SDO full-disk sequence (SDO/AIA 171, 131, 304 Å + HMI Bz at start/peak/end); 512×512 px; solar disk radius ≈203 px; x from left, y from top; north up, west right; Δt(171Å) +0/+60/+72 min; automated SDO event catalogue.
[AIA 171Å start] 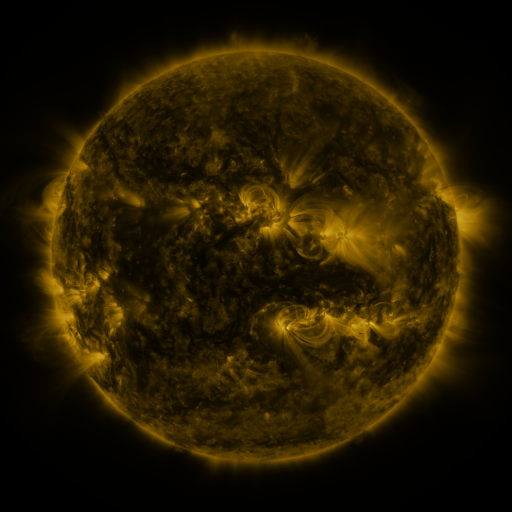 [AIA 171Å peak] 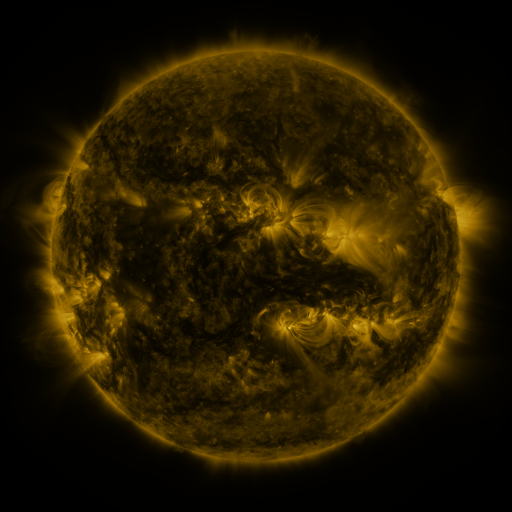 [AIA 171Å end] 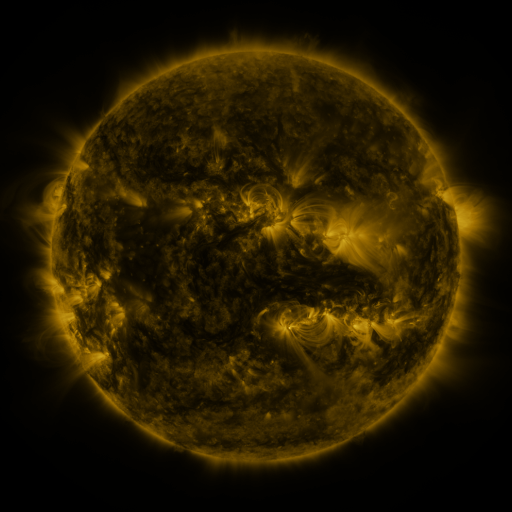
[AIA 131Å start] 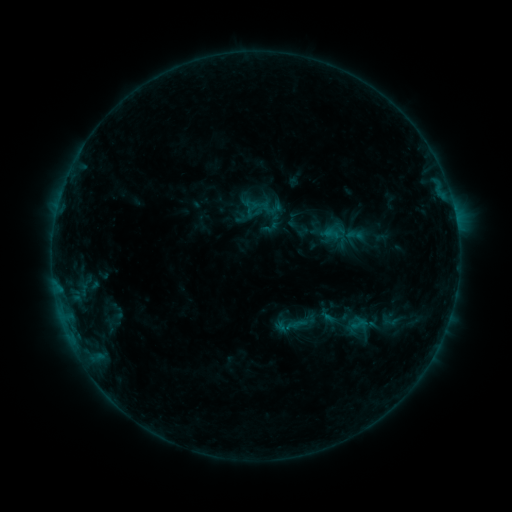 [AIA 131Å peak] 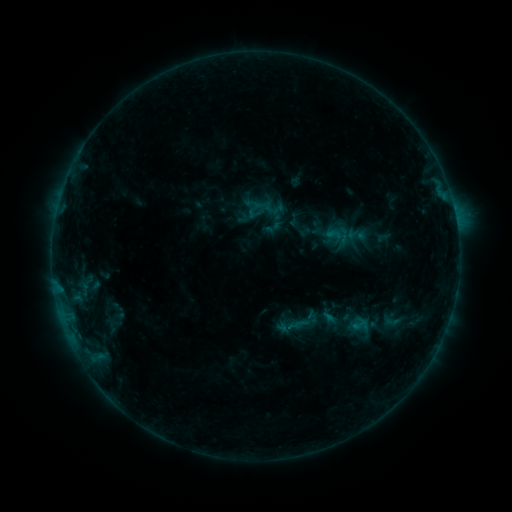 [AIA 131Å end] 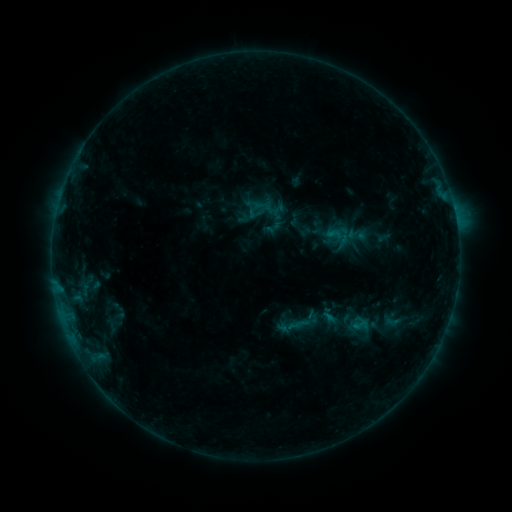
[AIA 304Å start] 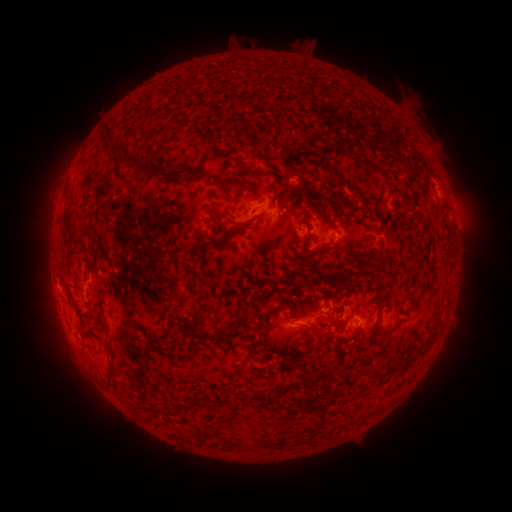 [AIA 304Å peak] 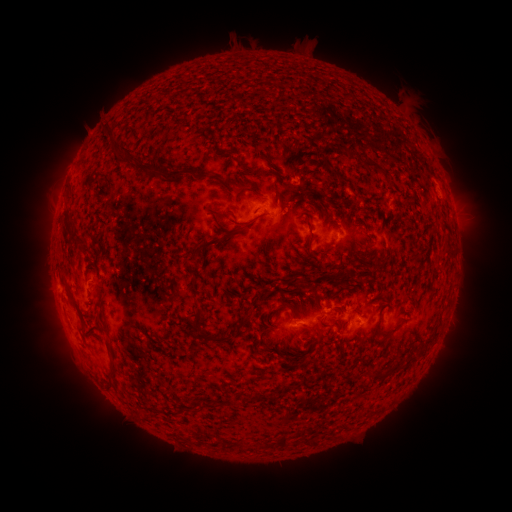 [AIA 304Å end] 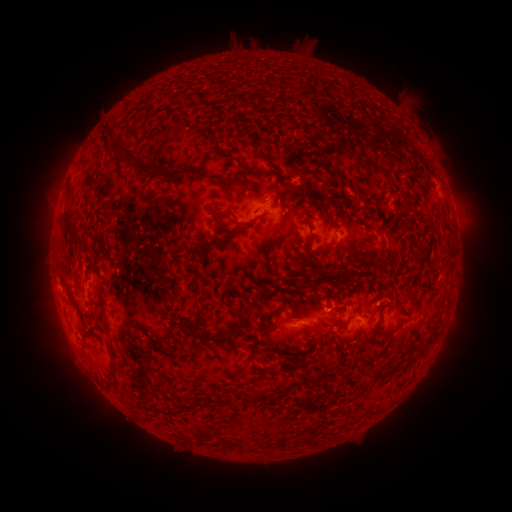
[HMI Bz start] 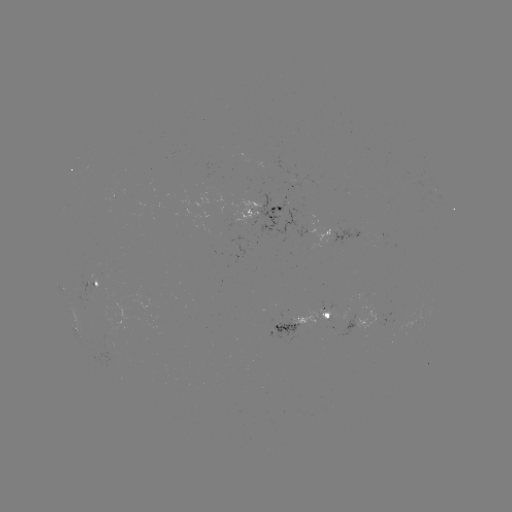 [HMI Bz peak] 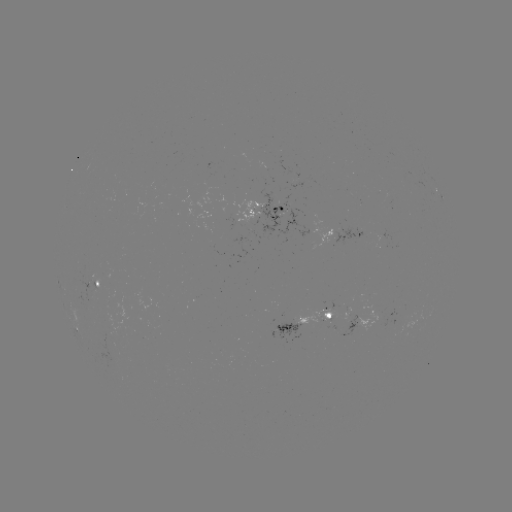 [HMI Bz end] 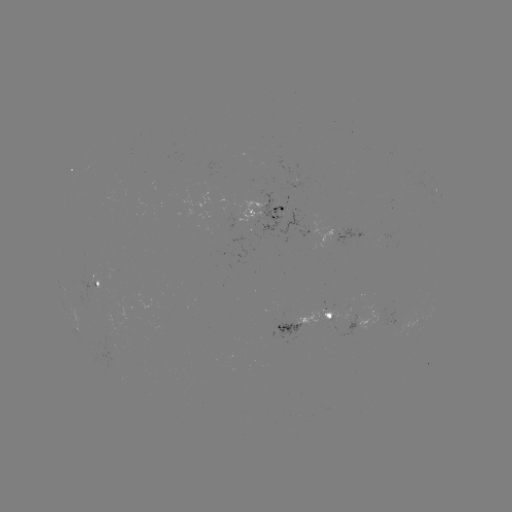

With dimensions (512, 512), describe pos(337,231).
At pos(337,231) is emerging-flux region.